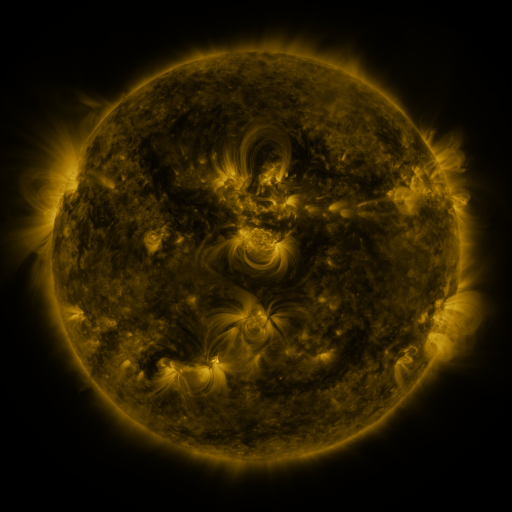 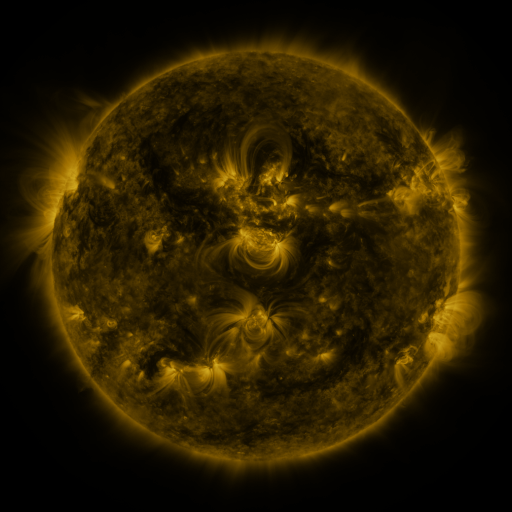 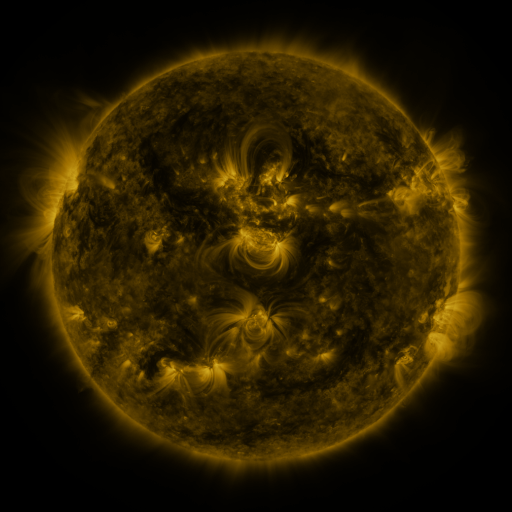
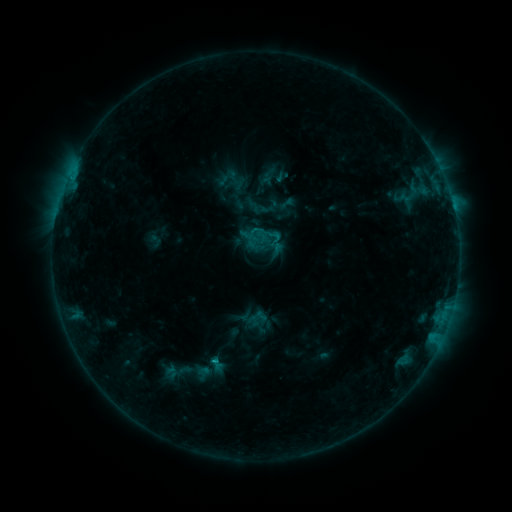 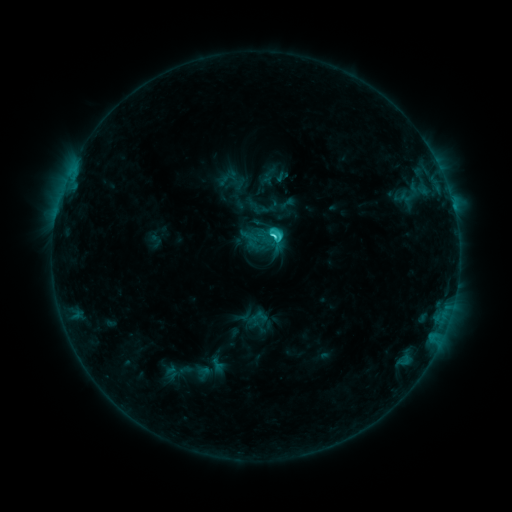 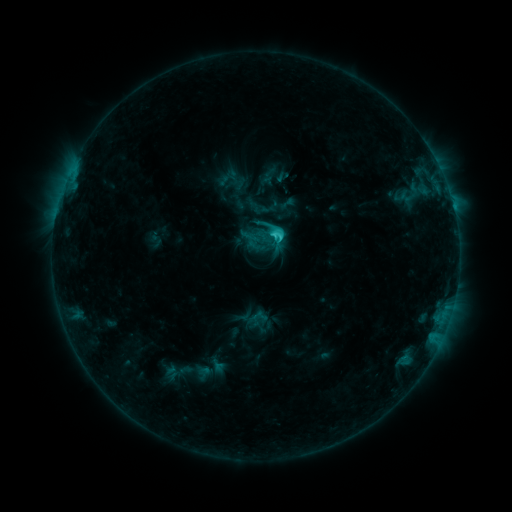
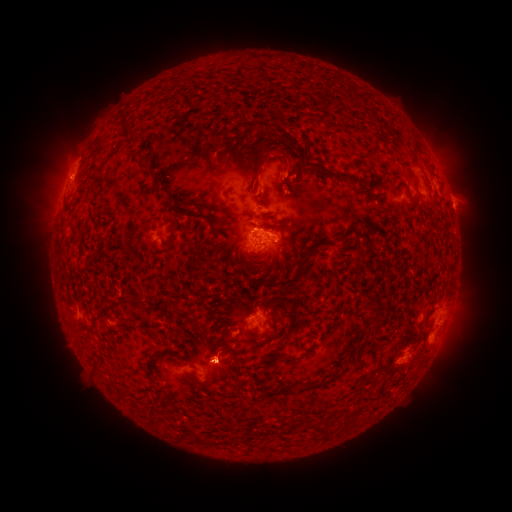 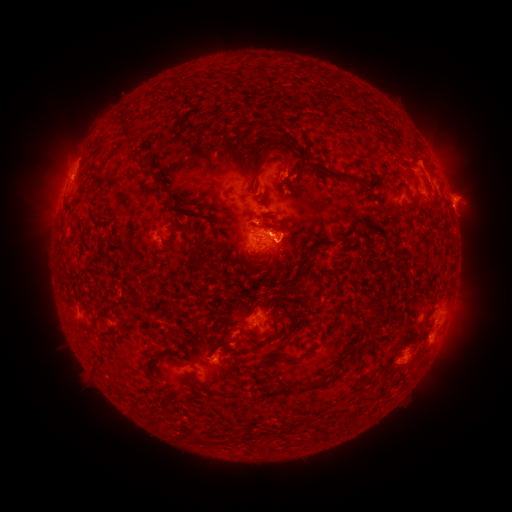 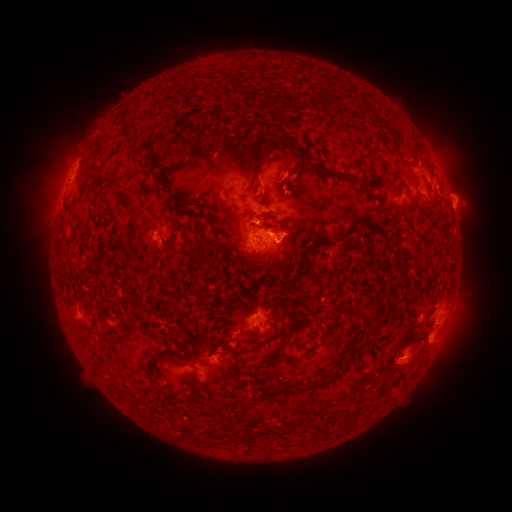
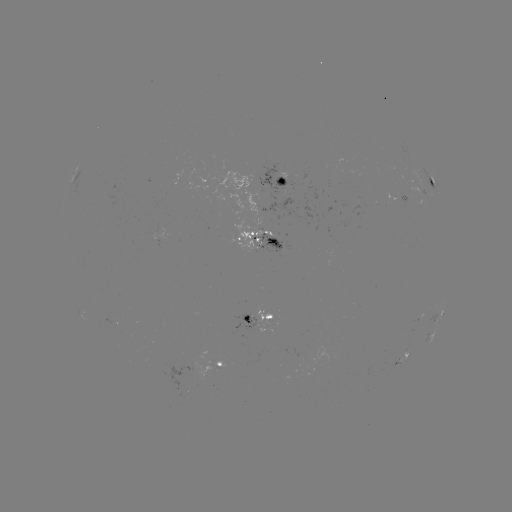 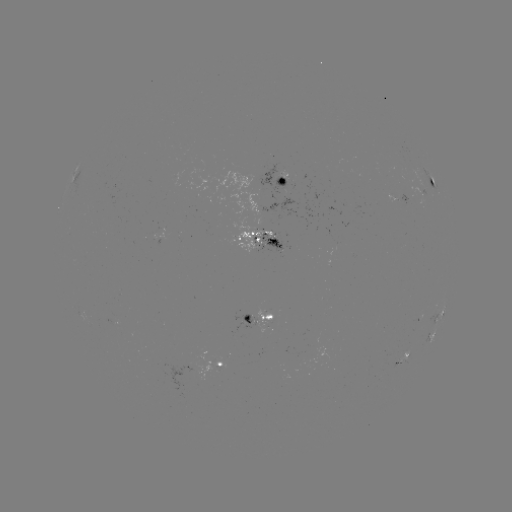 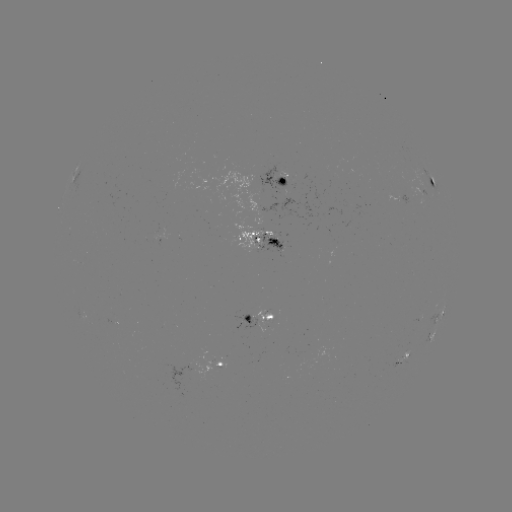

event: eruption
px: (428, 162)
